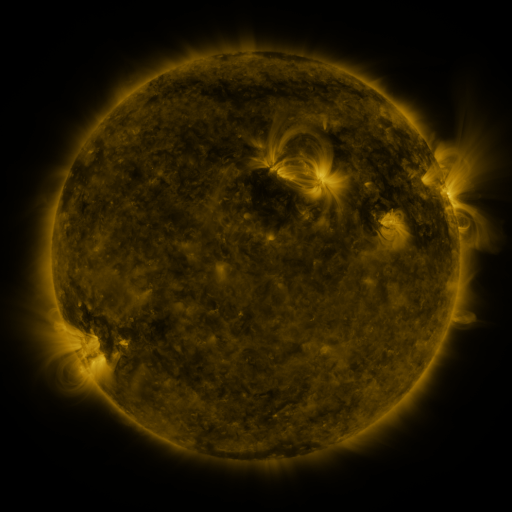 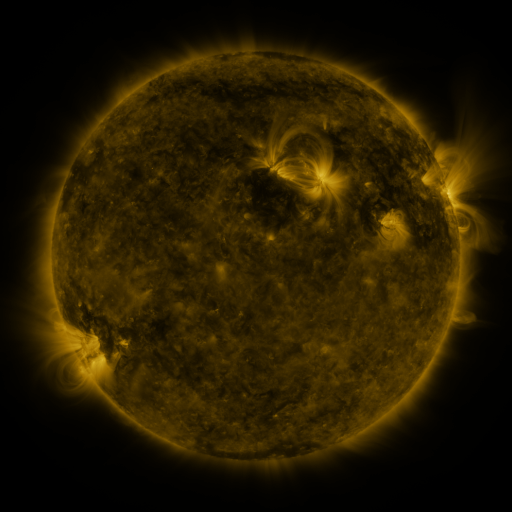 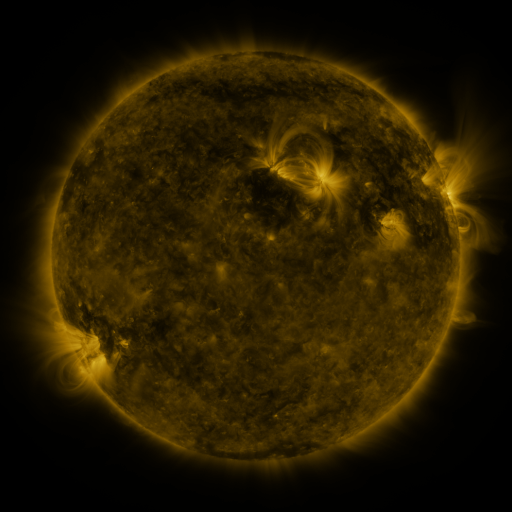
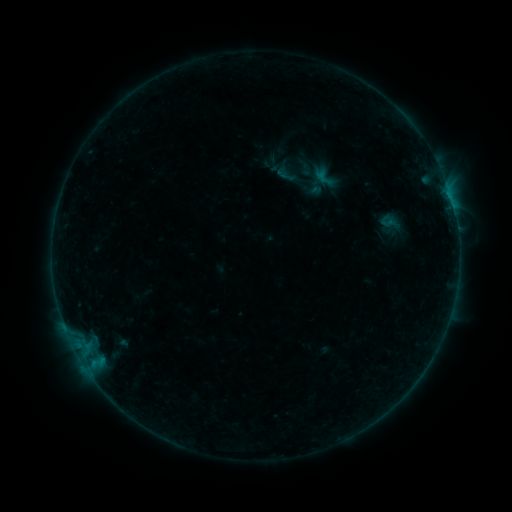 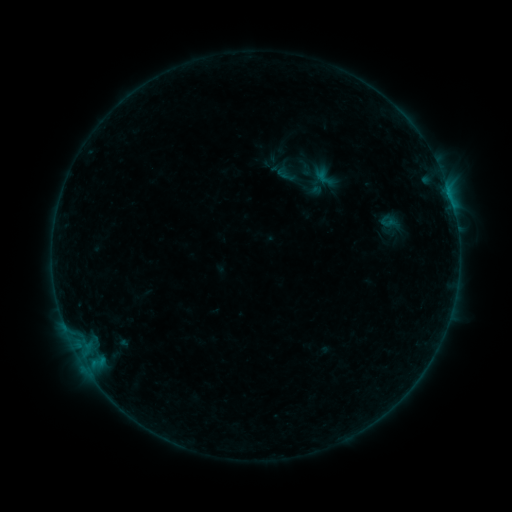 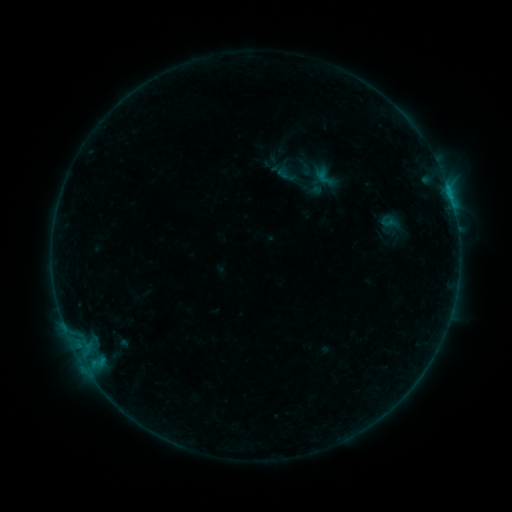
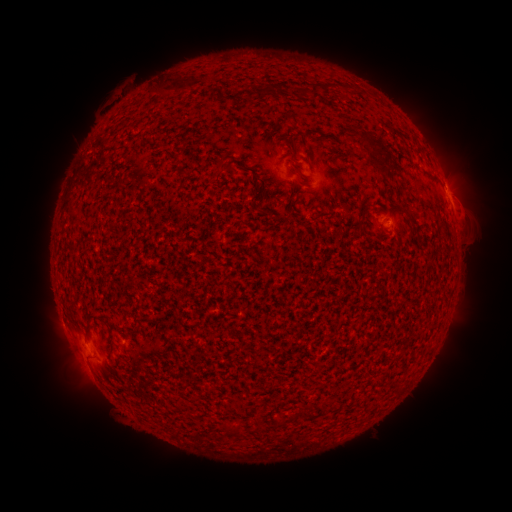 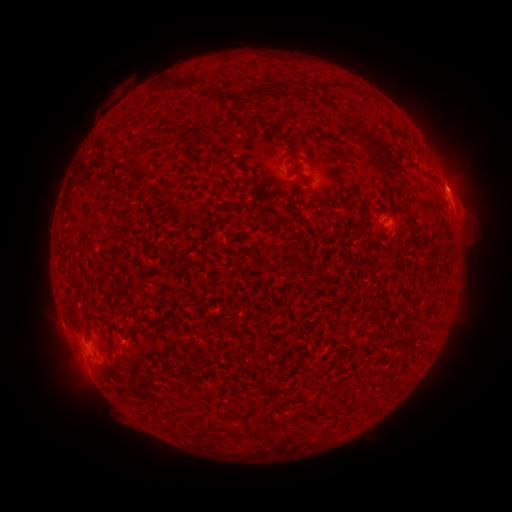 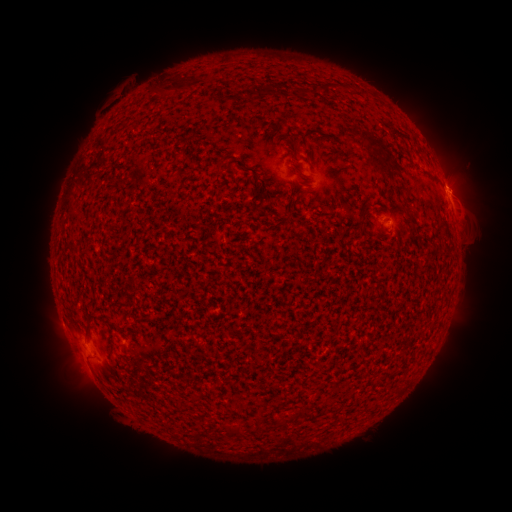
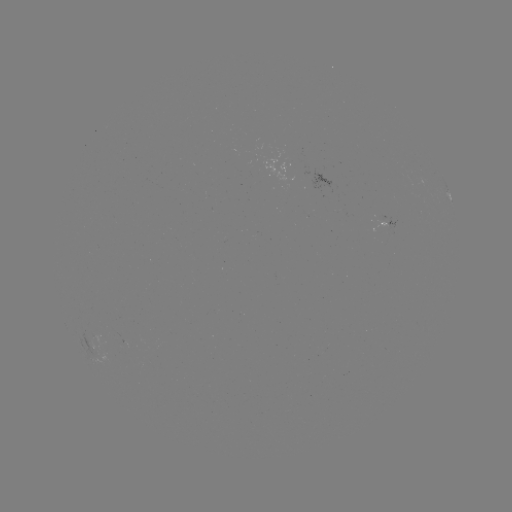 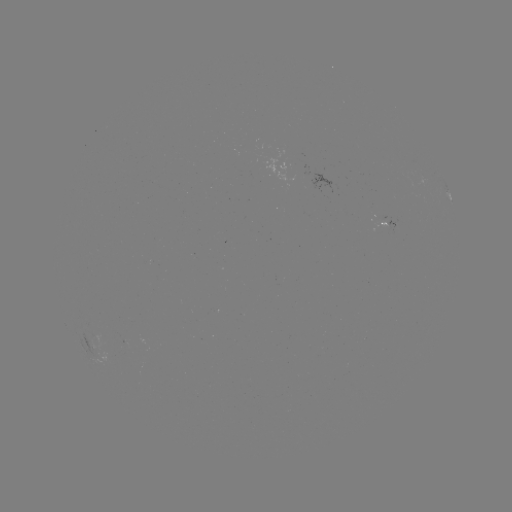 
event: eruption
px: (460, 178)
